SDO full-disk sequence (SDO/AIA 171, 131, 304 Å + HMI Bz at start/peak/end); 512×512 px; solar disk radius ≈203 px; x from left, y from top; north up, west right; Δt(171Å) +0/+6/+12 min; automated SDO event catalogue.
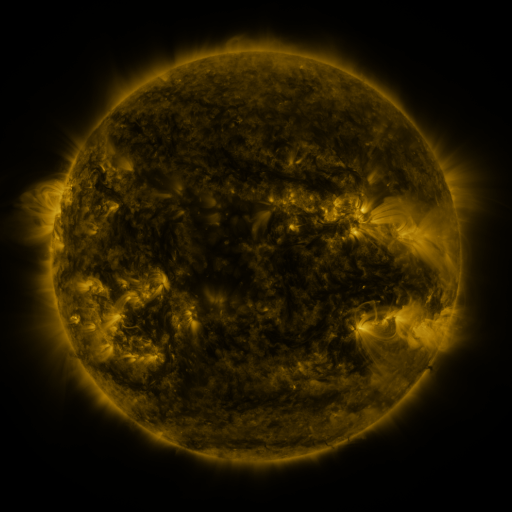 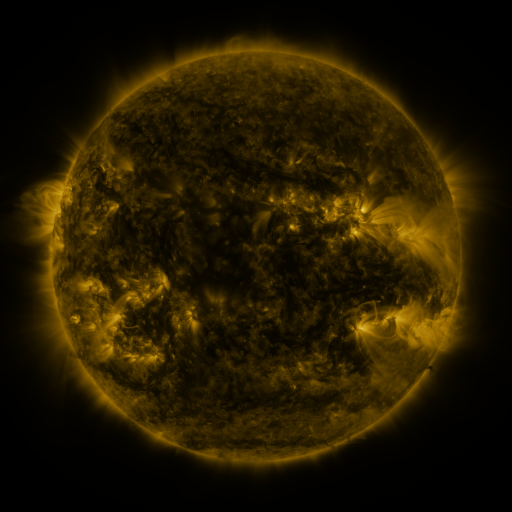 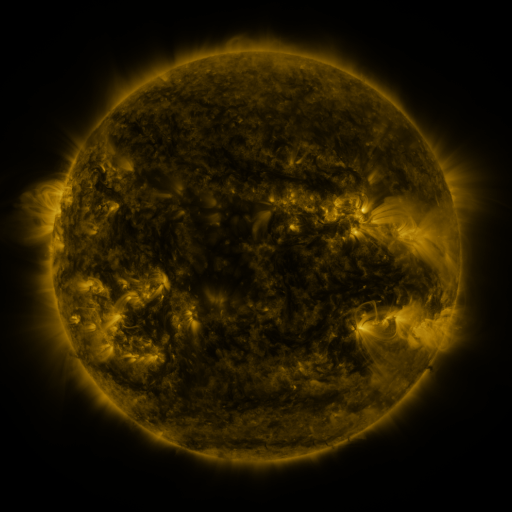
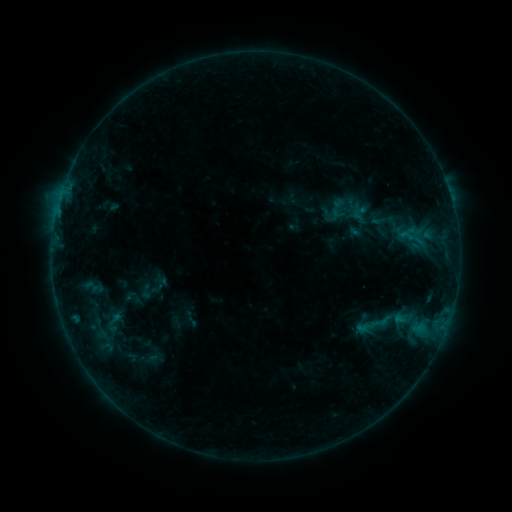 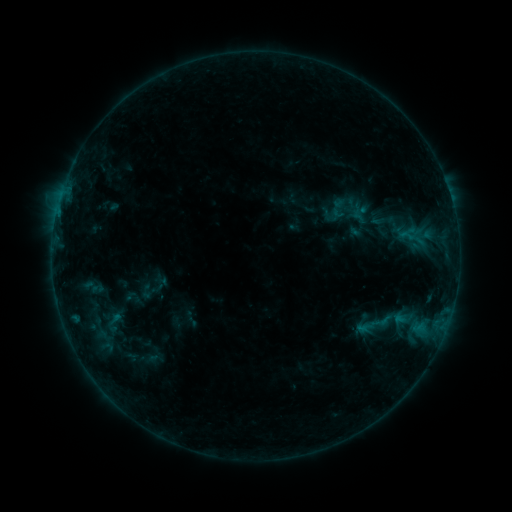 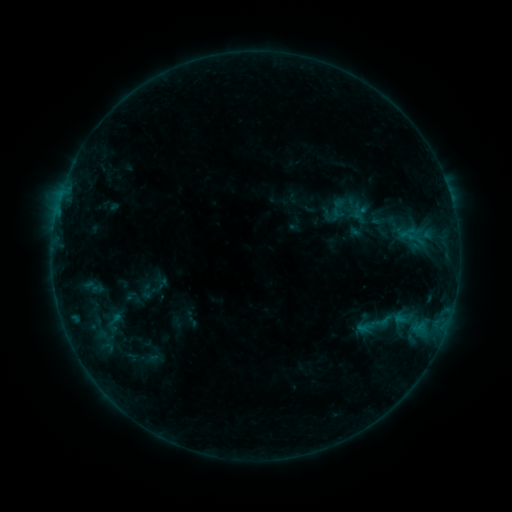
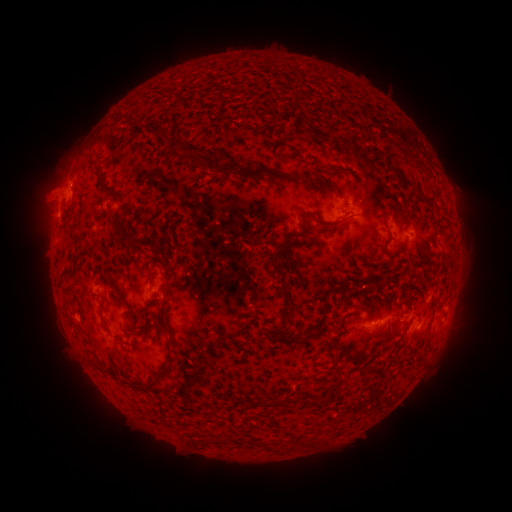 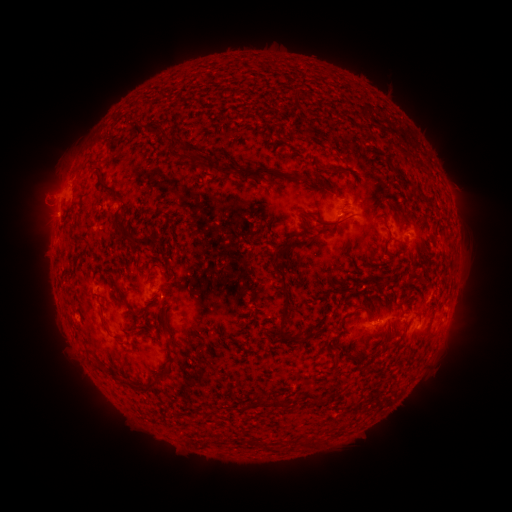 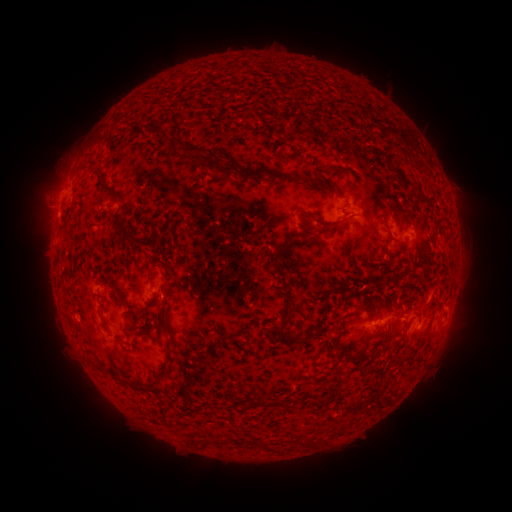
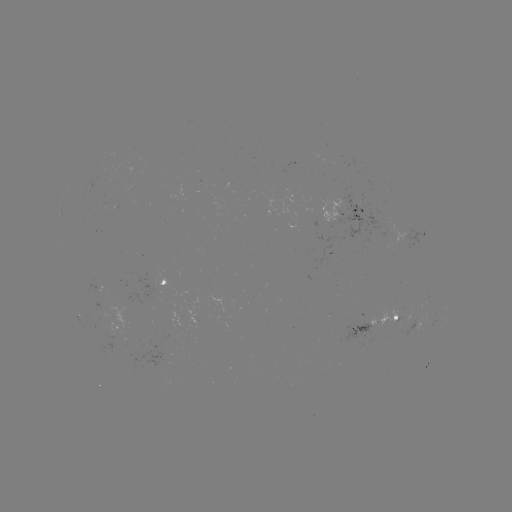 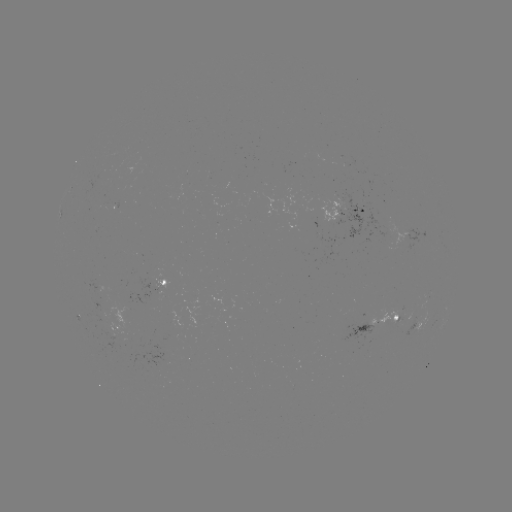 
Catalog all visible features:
eruption: (41, 199)
